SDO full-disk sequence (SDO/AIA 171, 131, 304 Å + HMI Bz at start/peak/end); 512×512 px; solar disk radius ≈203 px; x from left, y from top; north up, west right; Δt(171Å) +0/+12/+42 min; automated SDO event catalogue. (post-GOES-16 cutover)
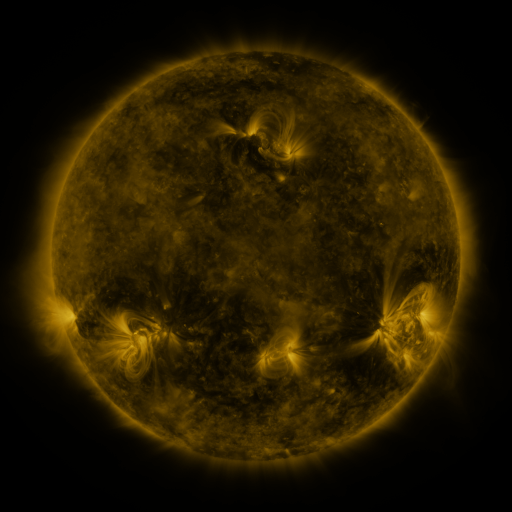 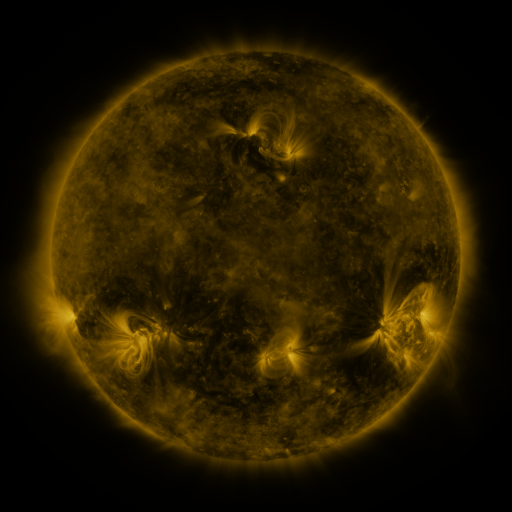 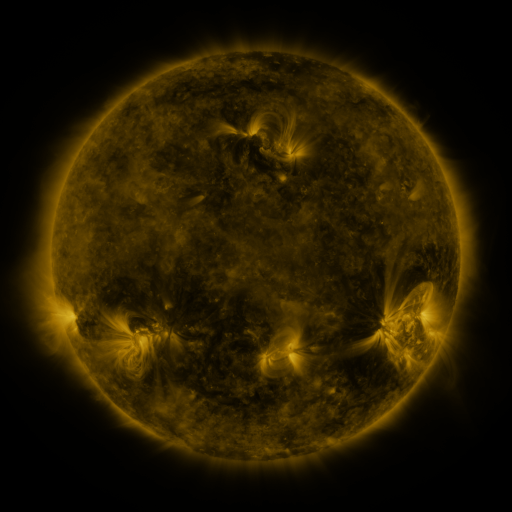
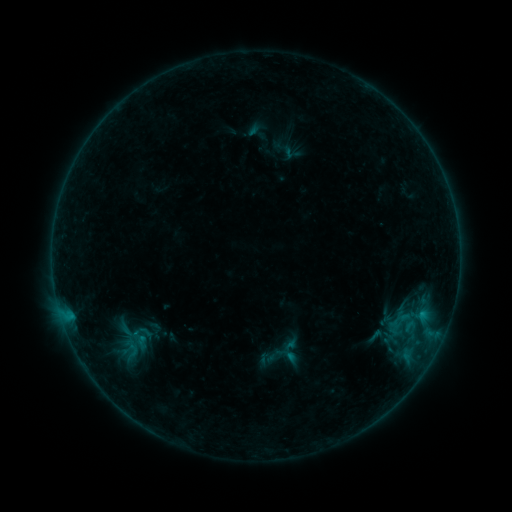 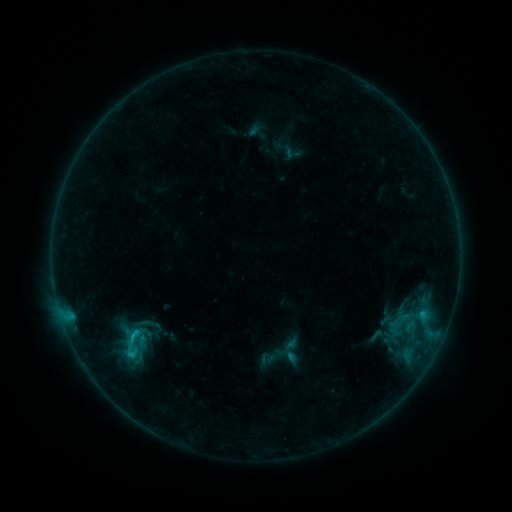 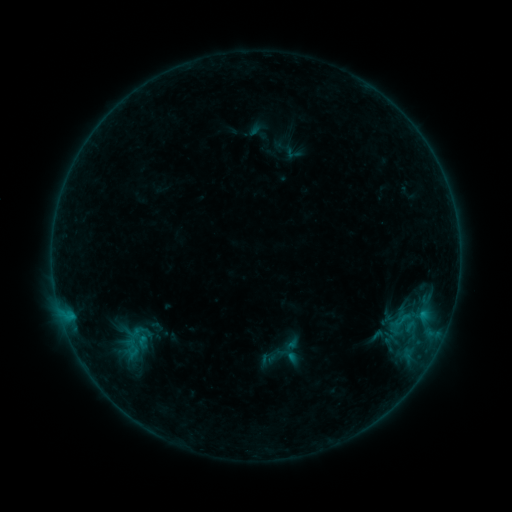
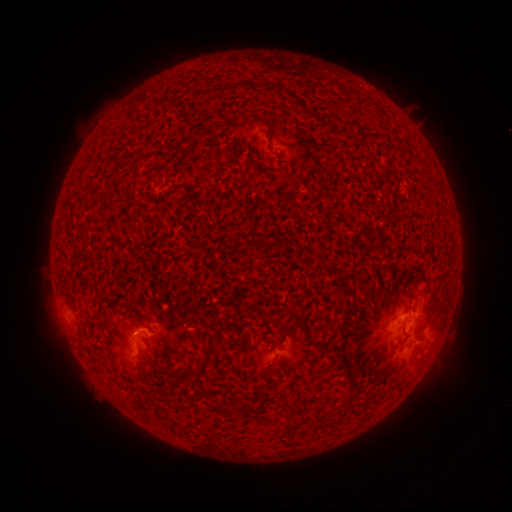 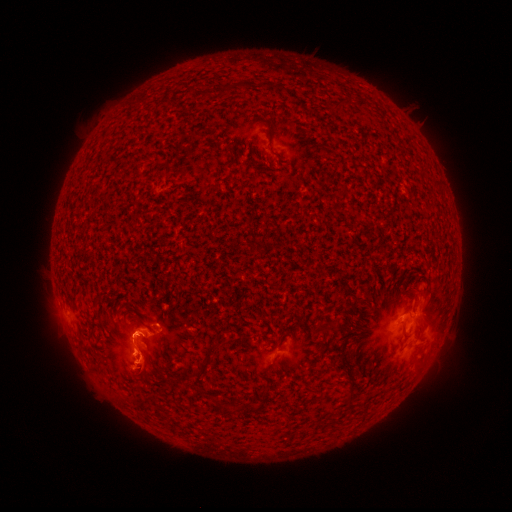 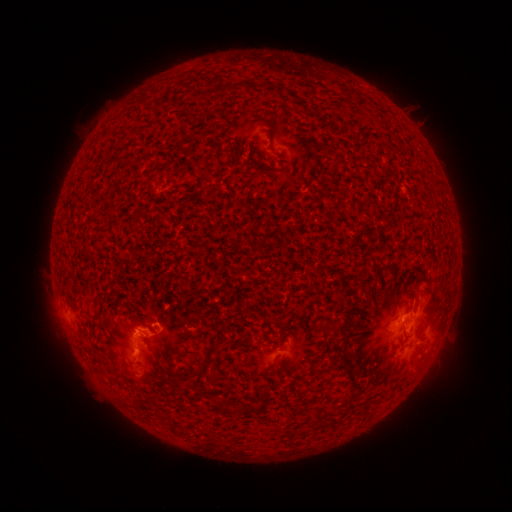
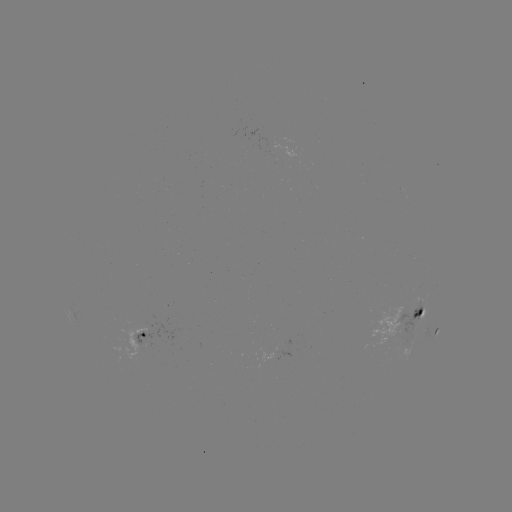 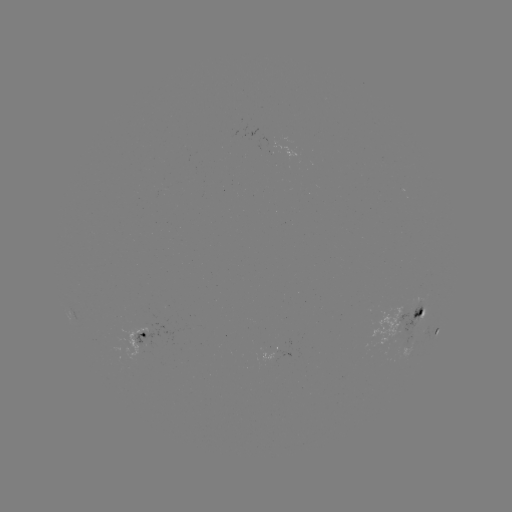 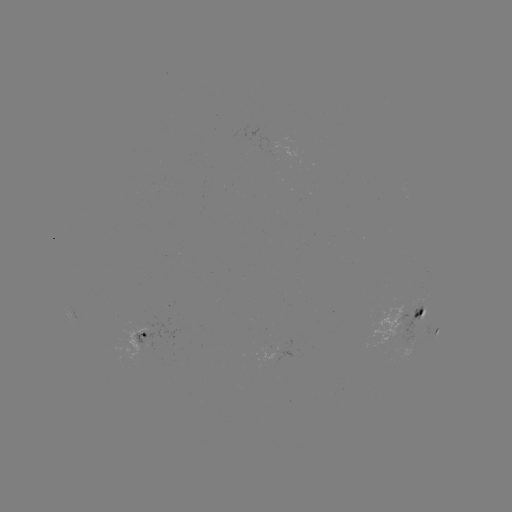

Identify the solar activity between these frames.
C1.4 flare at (134, 333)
